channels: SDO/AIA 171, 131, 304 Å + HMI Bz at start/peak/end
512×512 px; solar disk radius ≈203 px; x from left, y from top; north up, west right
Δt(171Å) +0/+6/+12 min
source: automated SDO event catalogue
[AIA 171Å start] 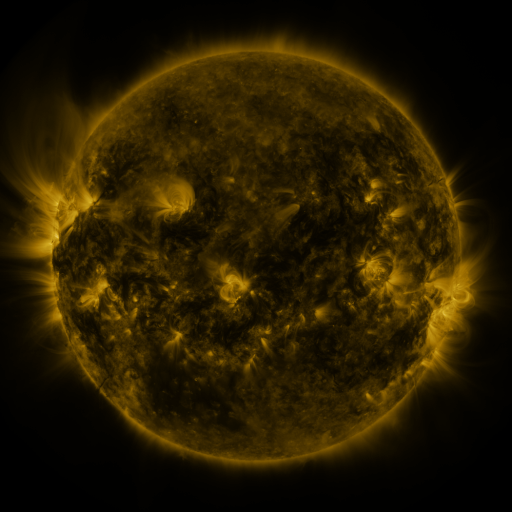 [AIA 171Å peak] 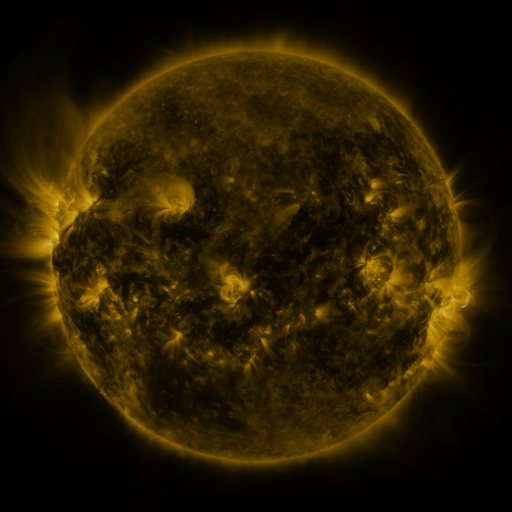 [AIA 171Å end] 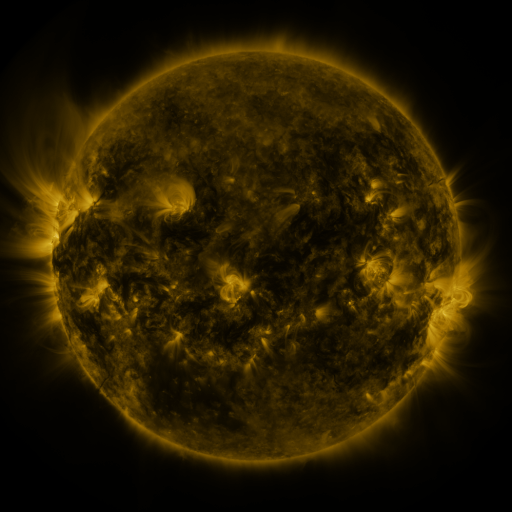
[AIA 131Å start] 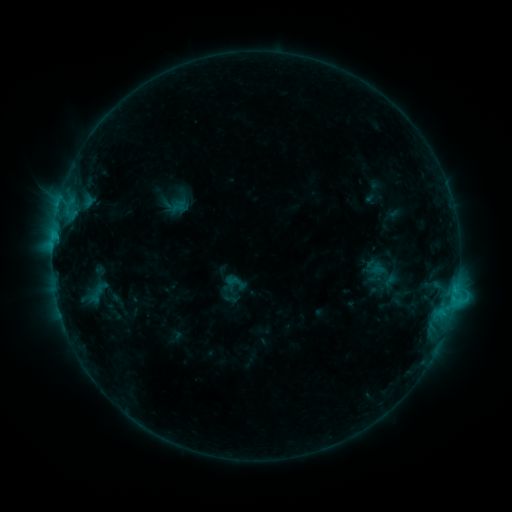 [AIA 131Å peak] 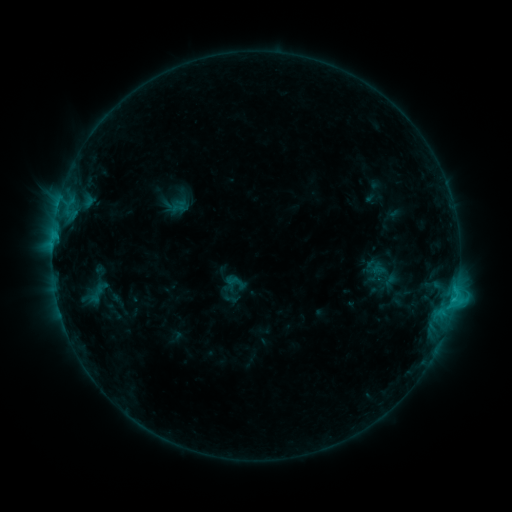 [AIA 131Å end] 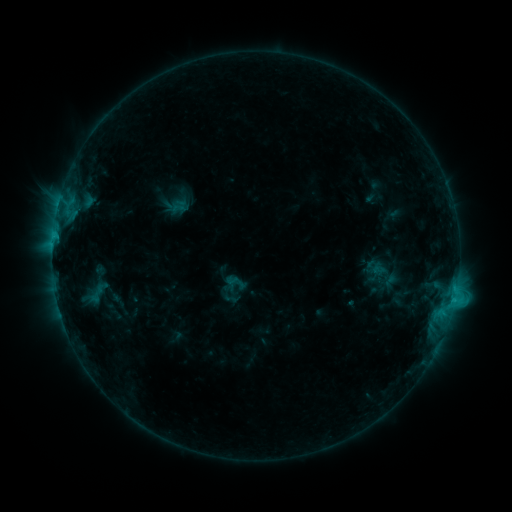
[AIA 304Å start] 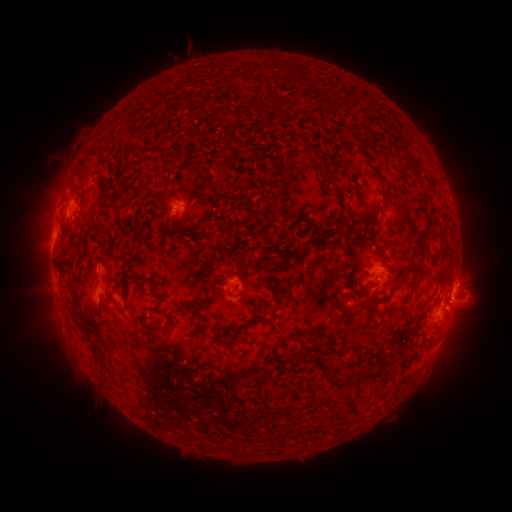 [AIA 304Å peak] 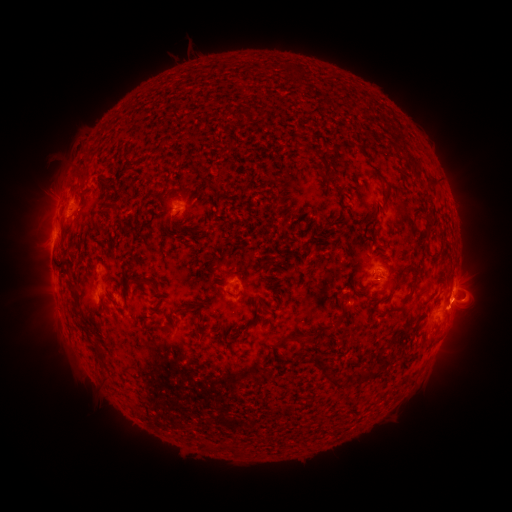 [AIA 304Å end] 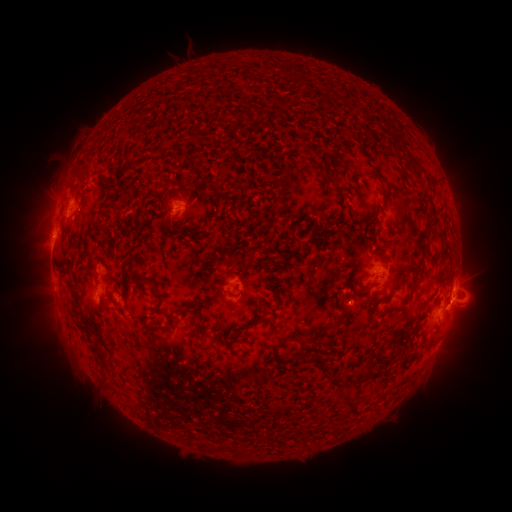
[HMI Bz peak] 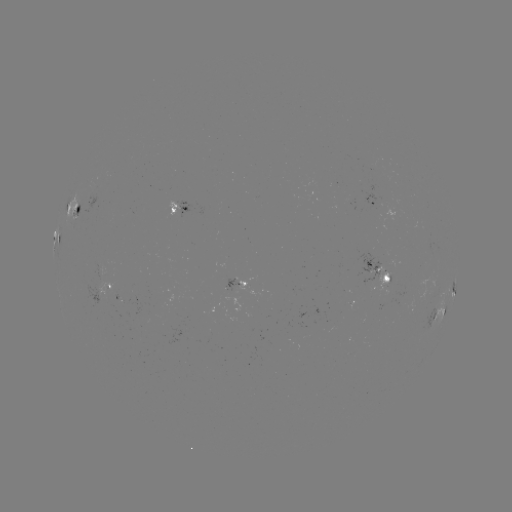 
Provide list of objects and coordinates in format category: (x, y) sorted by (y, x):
eruption: (465, 300)
